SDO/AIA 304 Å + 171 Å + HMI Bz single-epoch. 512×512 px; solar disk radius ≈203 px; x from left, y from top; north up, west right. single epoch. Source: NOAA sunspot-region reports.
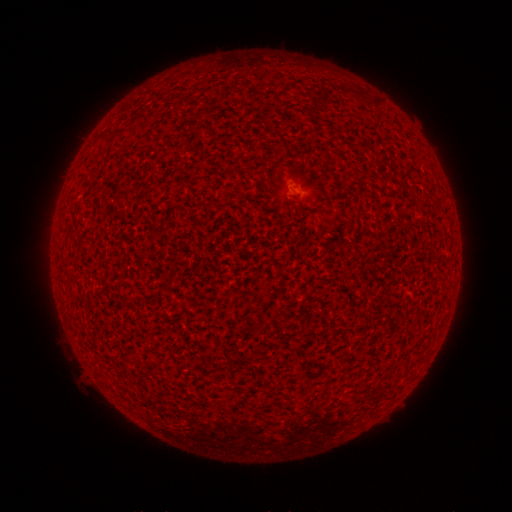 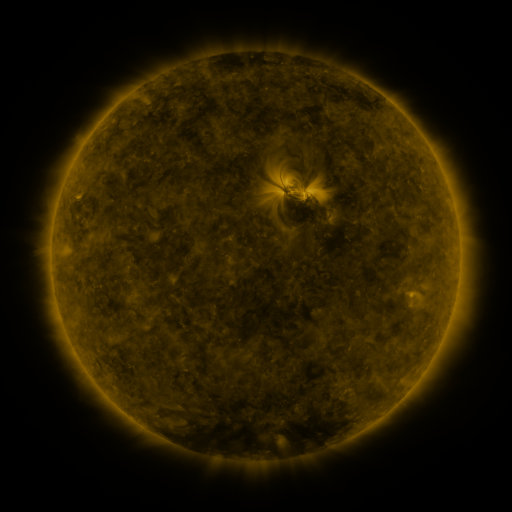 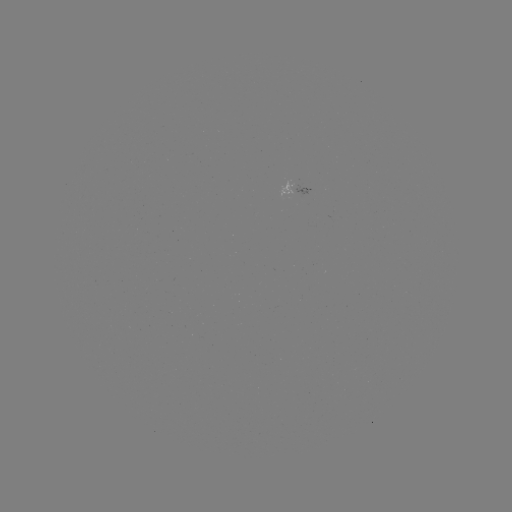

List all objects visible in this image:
(none)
